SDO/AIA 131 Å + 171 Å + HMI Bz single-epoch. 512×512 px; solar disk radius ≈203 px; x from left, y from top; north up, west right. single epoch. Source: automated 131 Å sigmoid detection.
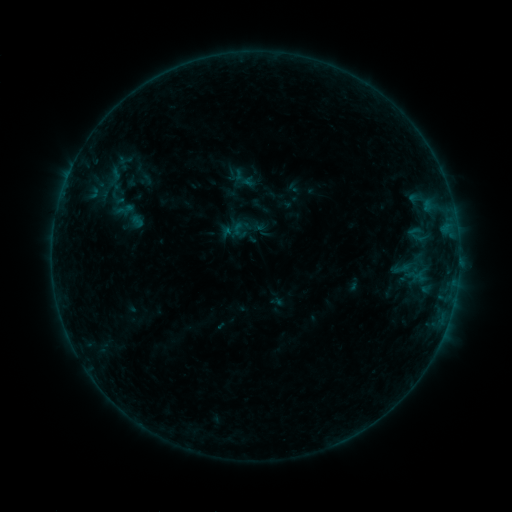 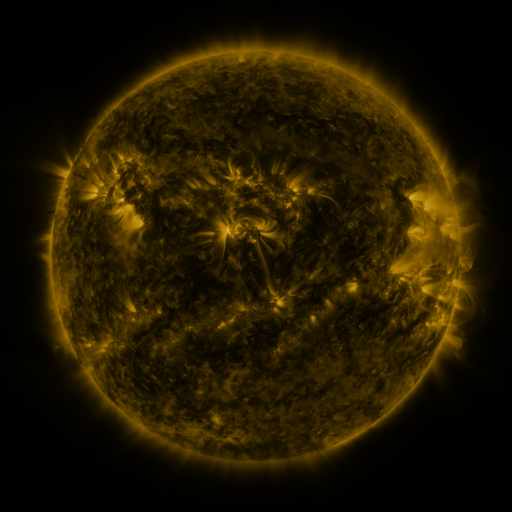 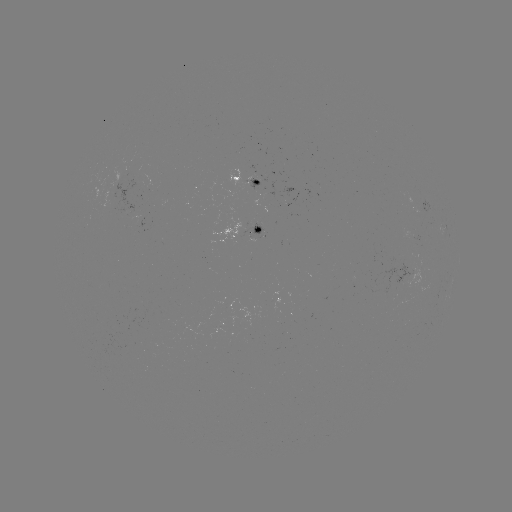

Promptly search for sigmoid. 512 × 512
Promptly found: (402, 269).